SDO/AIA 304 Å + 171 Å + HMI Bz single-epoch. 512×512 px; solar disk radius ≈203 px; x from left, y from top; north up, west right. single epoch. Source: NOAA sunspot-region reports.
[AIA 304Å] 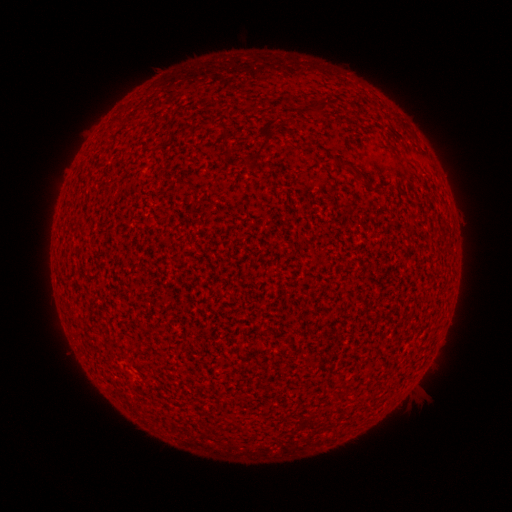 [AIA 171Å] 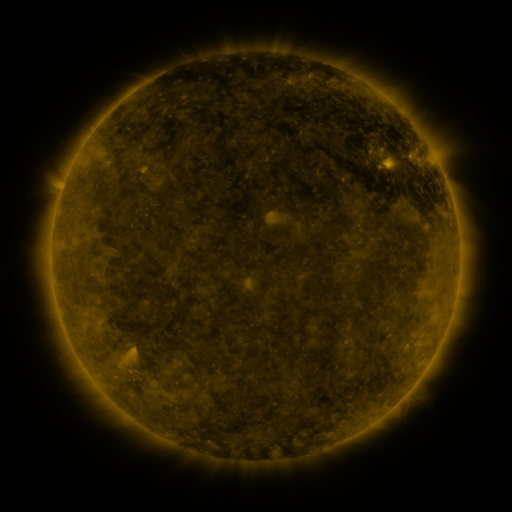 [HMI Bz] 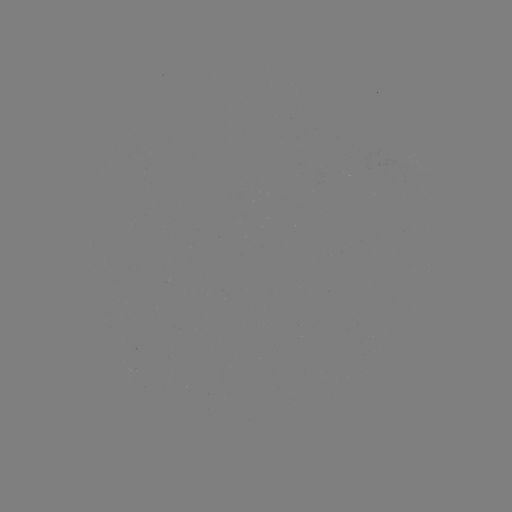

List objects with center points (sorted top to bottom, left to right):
(none)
